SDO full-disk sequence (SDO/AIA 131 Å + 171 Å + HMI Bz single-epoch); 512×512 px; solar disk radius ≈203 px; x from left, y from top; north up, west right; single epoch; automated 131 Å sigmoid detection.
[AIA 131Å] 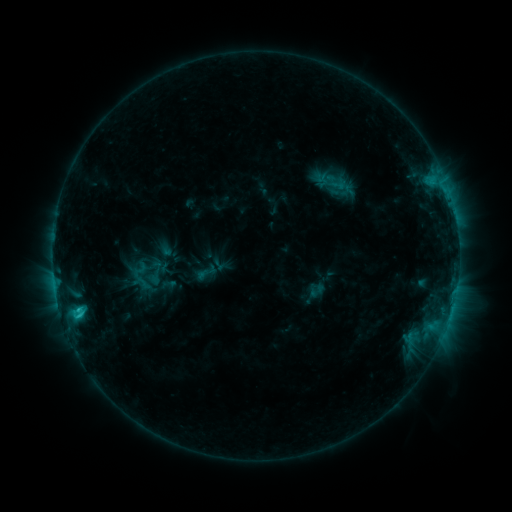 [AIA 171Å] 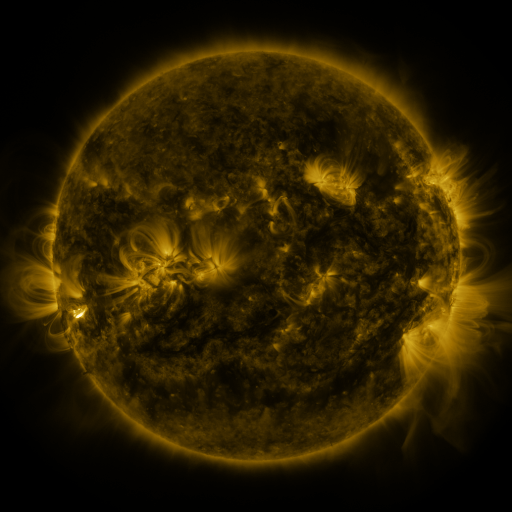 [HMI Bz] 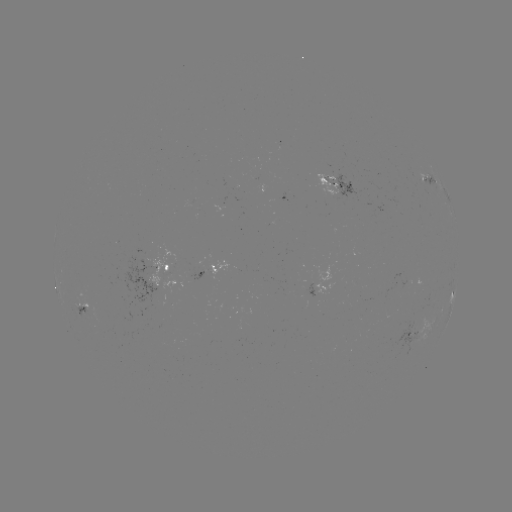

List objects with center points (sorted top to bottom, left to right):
sigmoid: (155, 273)
